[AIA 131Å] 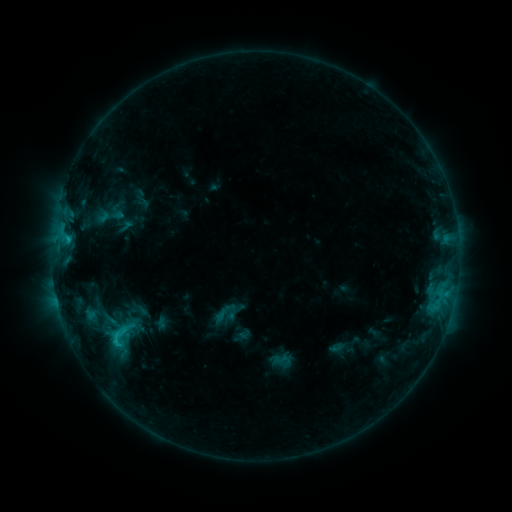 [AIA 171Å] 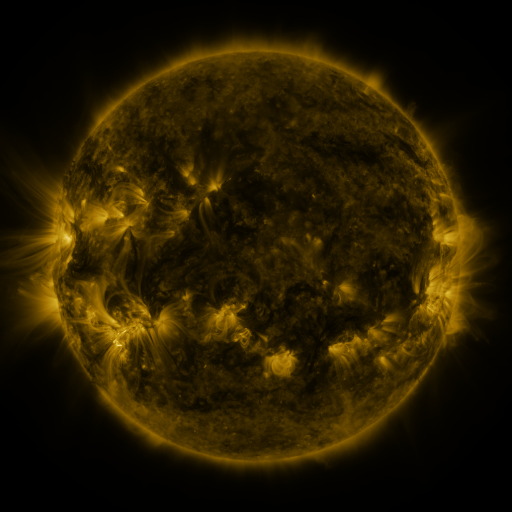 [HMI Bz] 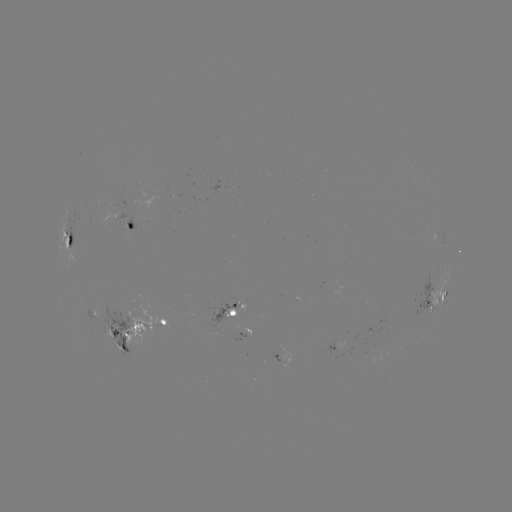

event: sigmoid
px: (224, 313)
